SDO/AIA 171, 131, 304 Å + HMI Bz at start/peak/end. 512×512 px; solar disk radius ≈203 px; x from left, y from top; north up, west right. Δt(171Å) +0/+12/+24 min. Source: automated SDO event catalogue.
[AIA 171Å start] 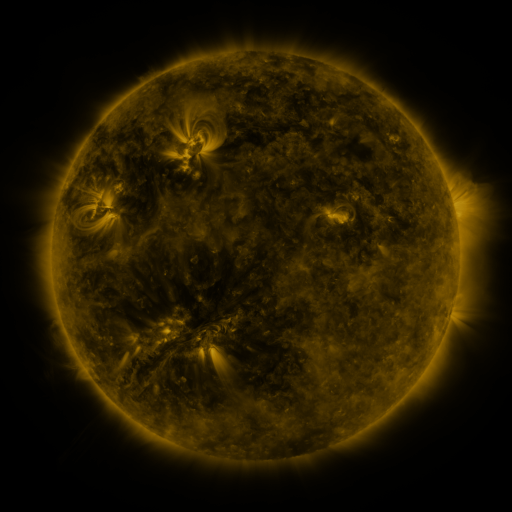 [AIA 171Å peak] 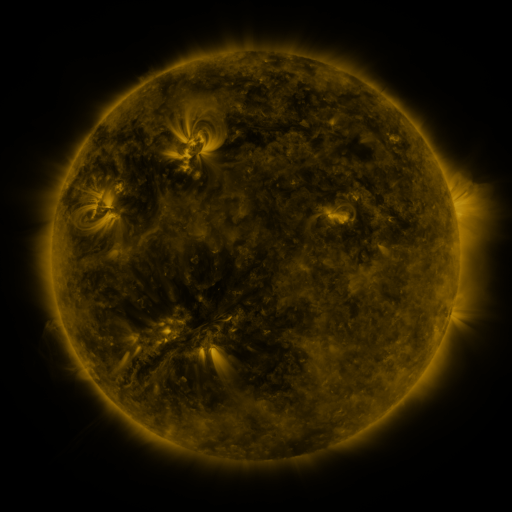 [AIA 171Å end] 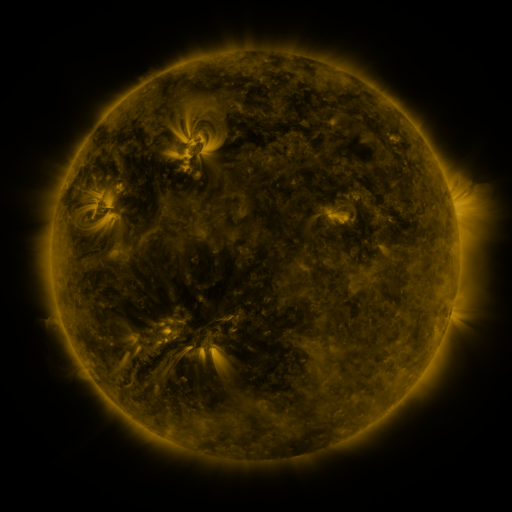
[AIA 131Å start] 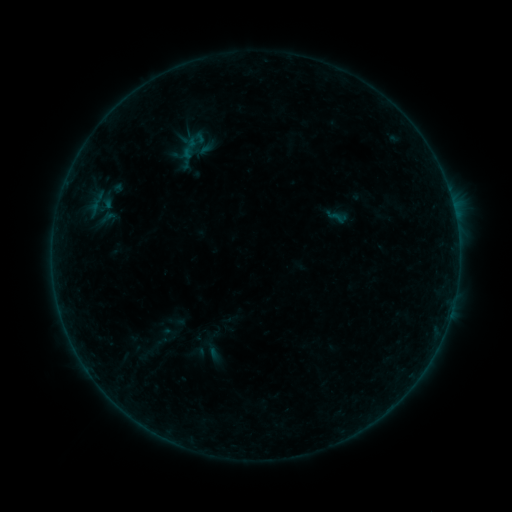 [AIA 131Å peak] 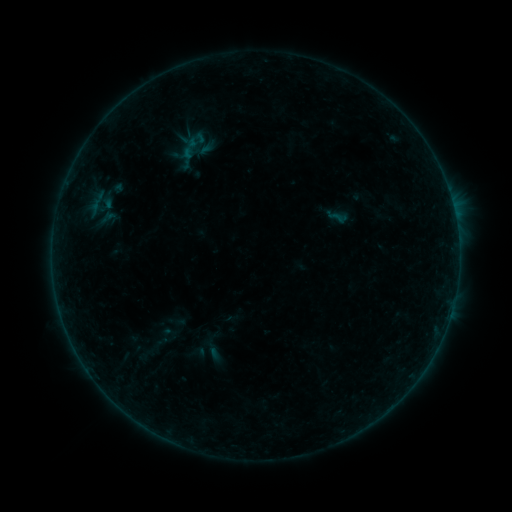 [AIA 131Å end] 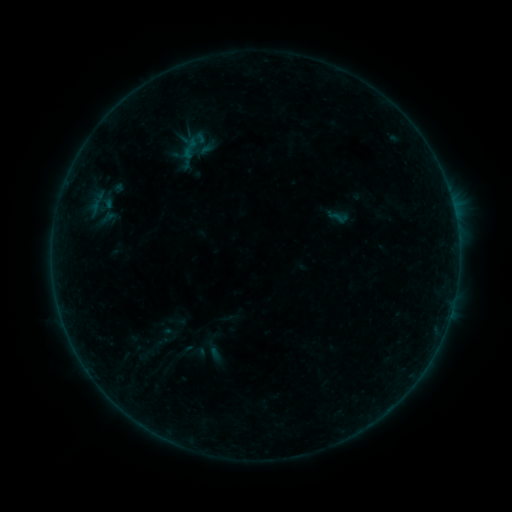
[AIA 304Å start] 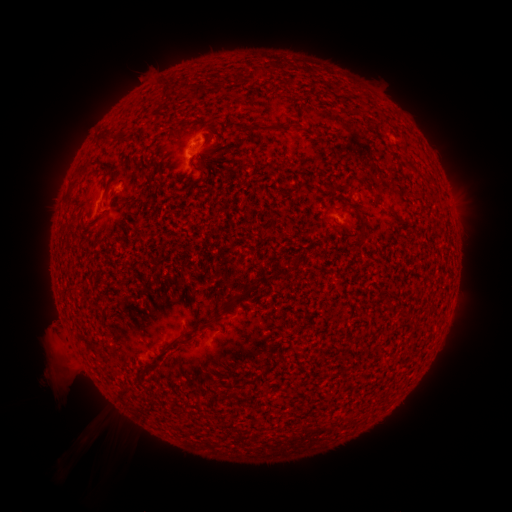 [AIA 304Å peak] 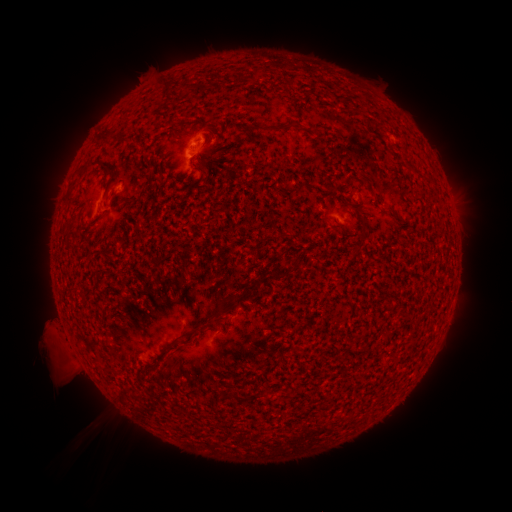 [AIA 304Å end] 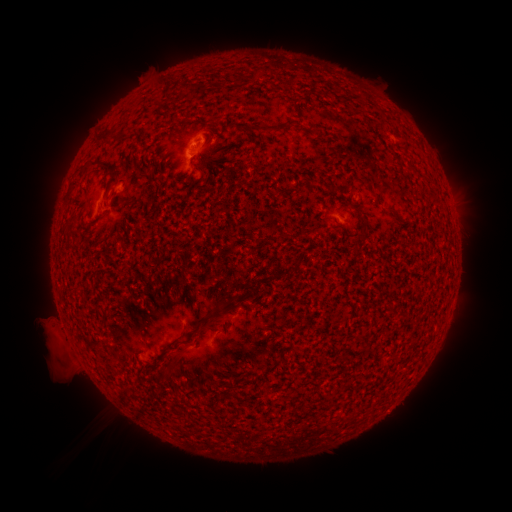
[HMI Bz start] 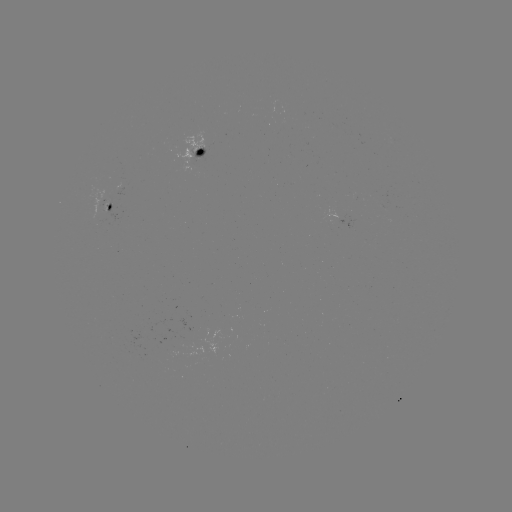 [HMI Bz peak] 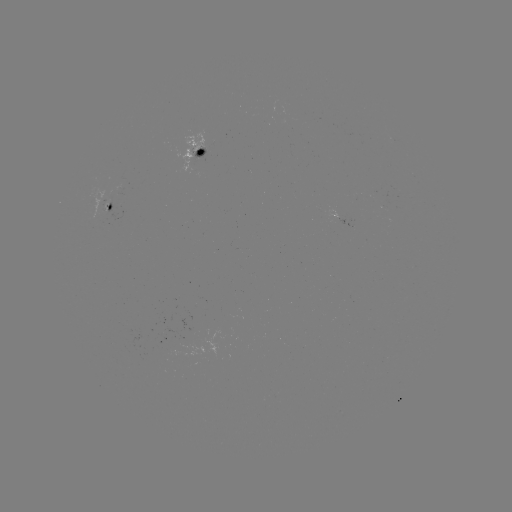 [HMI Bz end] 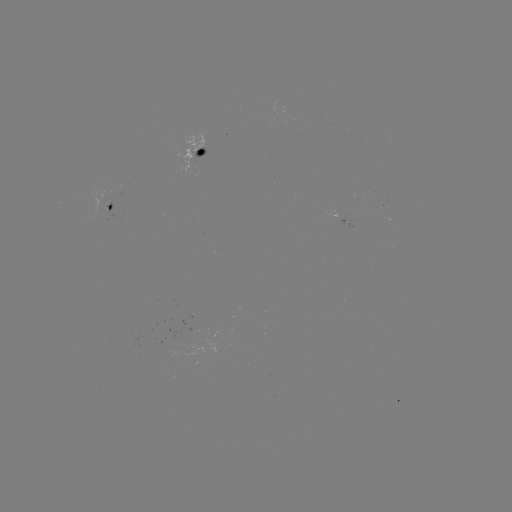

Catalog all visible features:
eruption: (47, 337)
